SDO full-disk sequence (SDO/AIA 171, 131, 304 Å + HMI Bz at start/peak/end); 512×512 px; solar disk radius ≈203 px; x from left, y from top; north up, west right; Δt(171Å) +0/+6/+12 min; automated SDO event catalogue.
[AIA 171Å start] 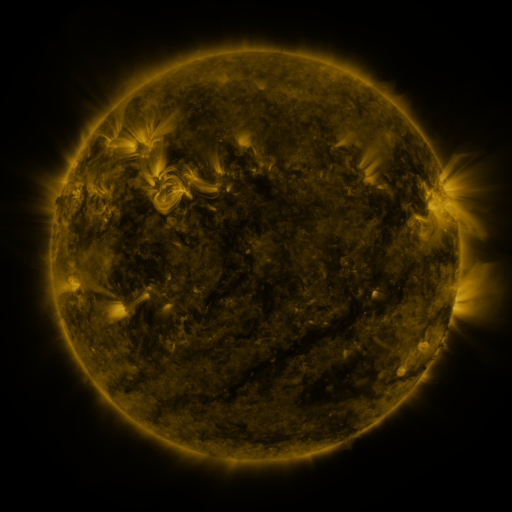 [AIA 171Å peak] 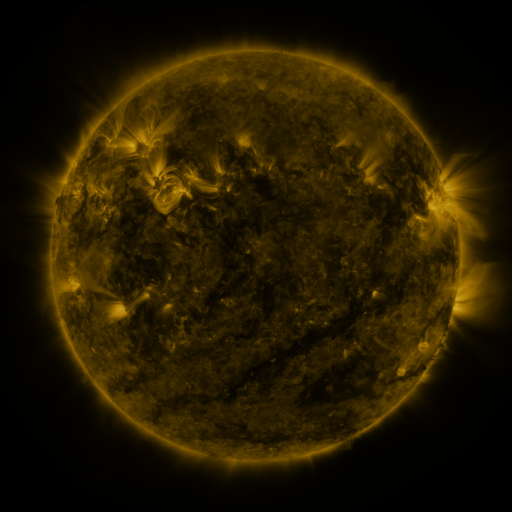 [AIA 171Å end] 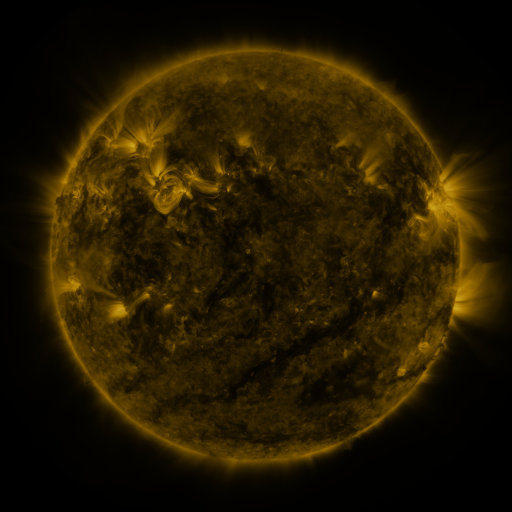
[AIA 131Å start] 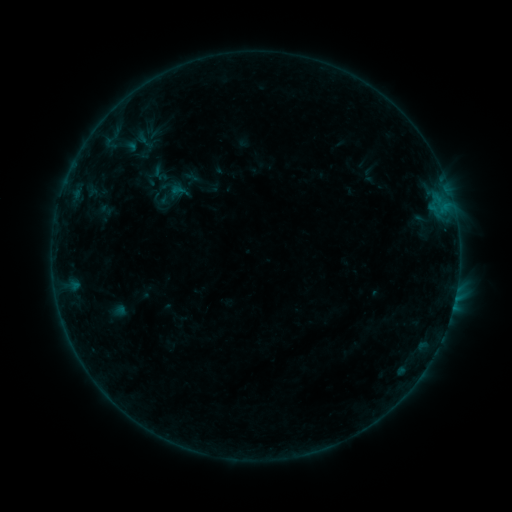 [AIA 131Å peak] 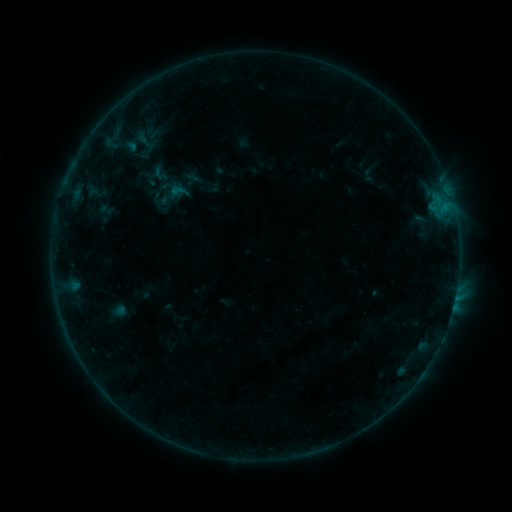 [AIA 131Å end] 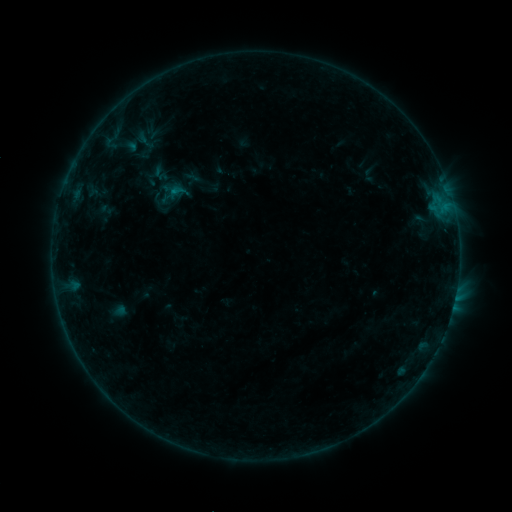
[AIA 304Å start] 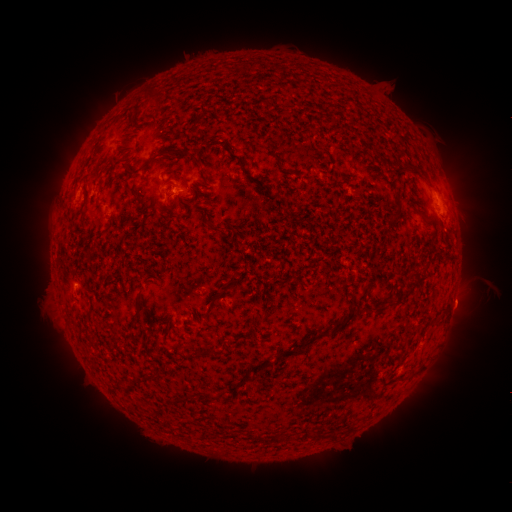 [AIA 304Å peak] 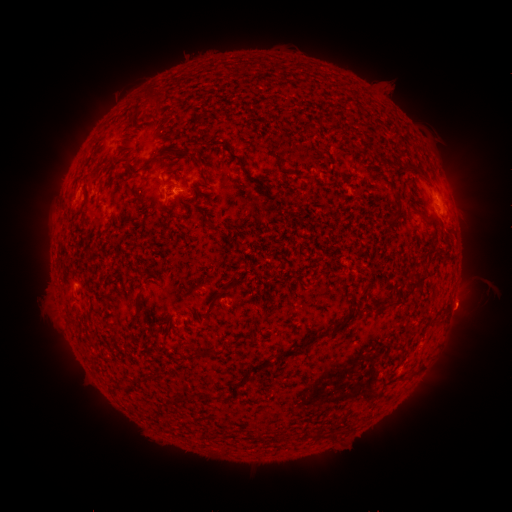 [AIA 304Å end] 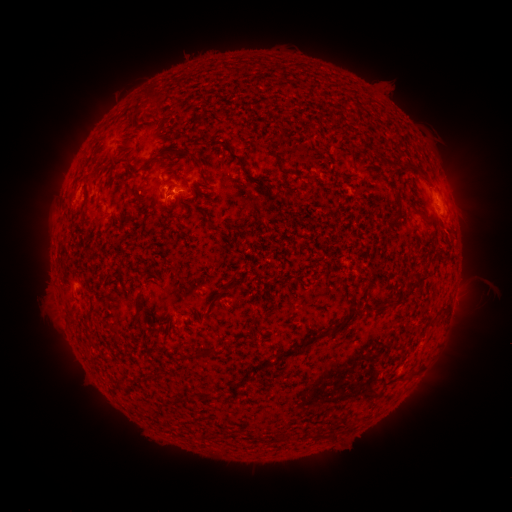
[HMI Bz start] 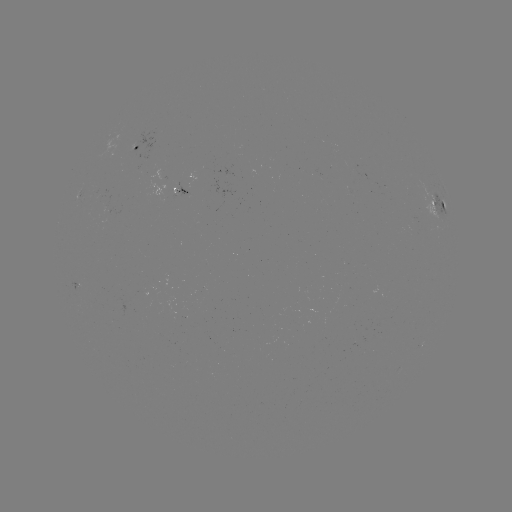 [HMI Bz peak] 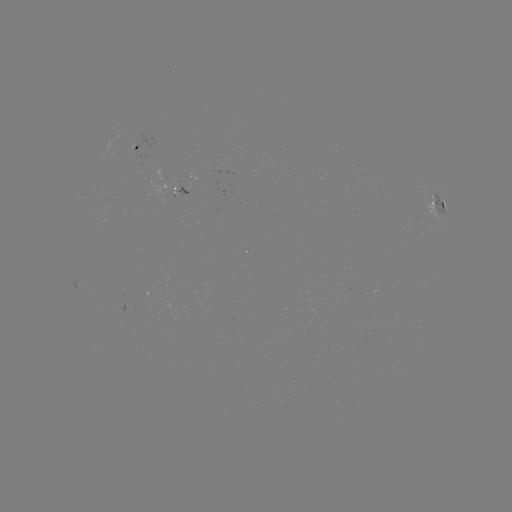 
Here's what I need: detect eruption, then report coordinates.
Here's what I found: eruption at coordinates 463,308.